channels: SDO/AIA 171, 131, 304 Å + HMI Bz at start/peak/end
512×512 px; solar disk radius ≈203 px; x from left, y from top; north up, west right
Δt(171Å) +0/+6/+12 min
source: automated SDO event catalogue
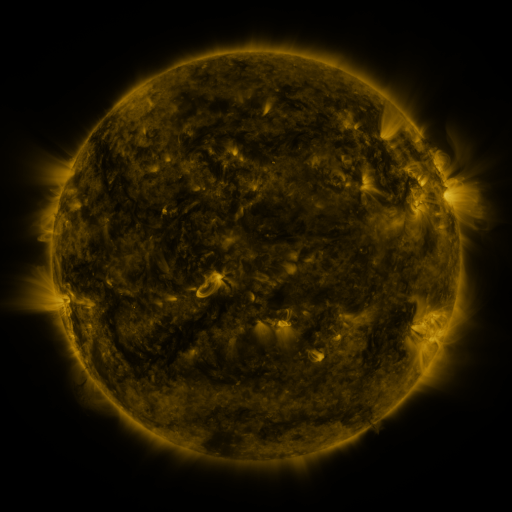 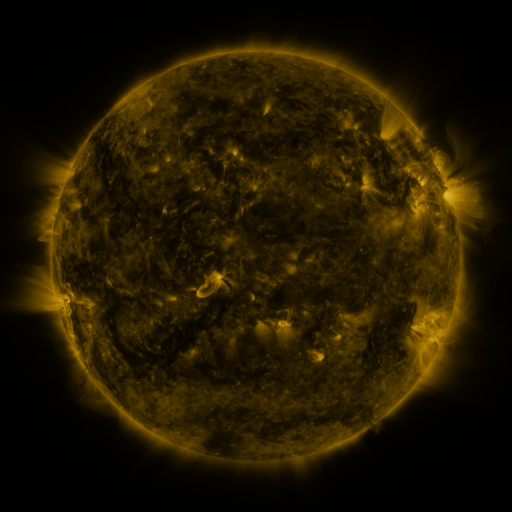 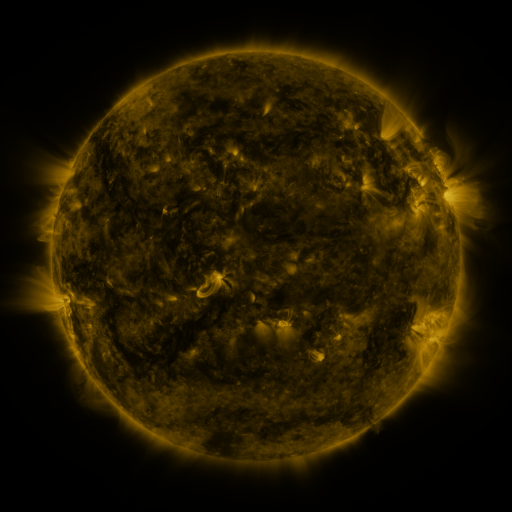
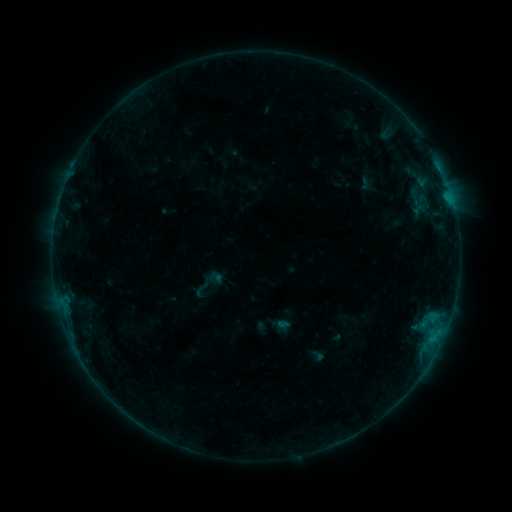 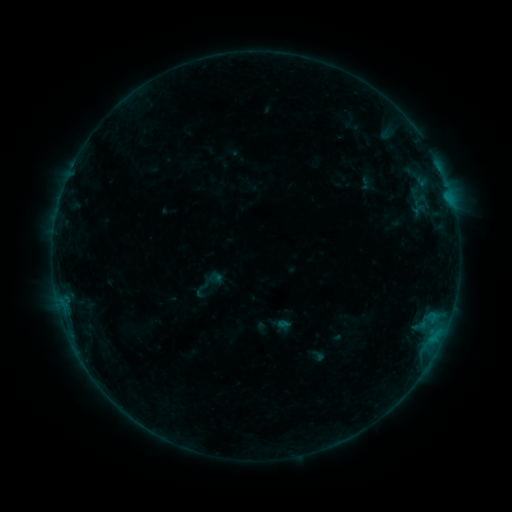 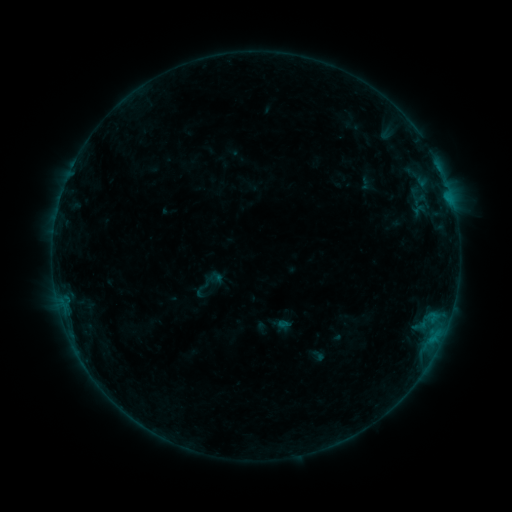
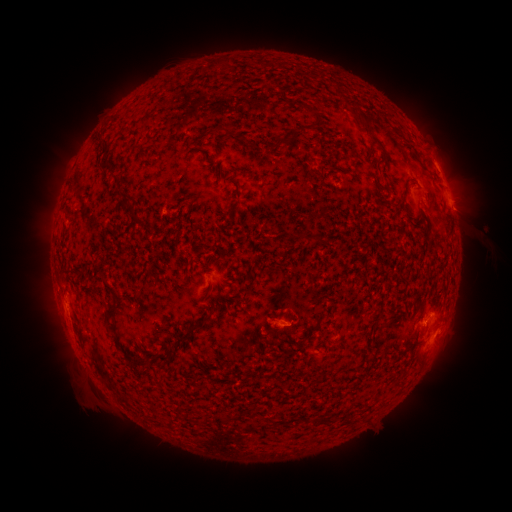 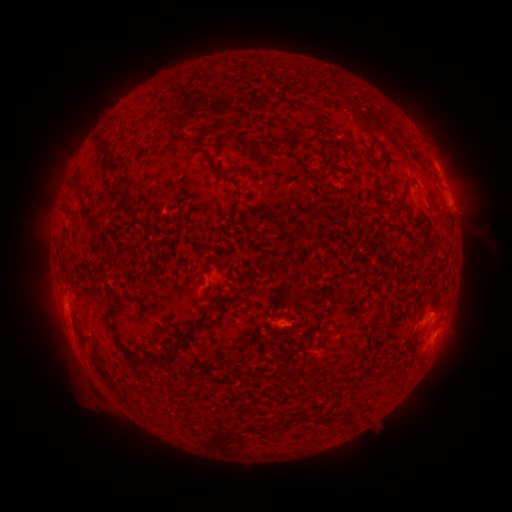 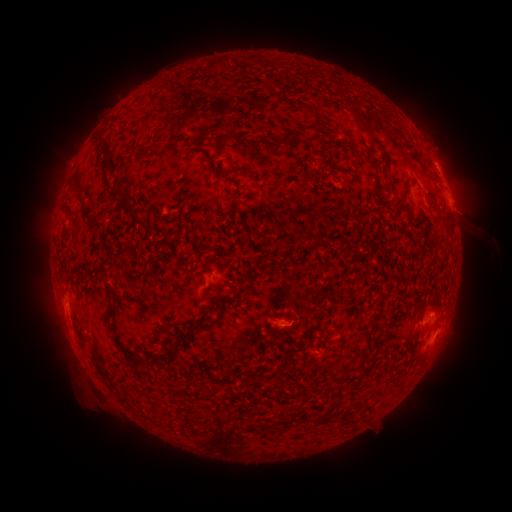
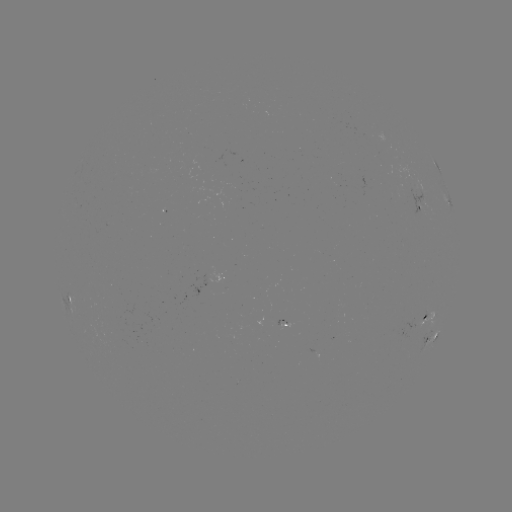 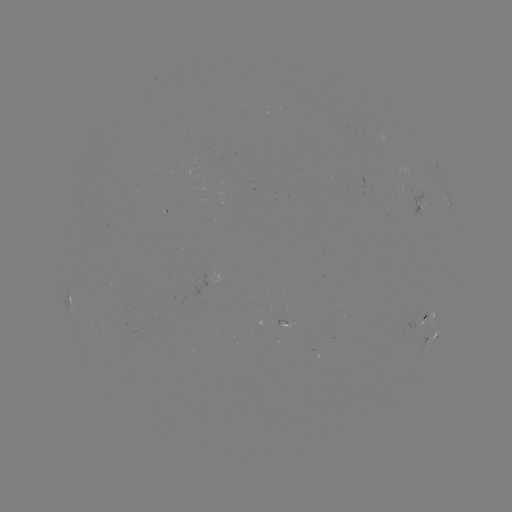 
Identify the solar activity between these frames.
no classed flare was catalogued and no EUV brightening was flagged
